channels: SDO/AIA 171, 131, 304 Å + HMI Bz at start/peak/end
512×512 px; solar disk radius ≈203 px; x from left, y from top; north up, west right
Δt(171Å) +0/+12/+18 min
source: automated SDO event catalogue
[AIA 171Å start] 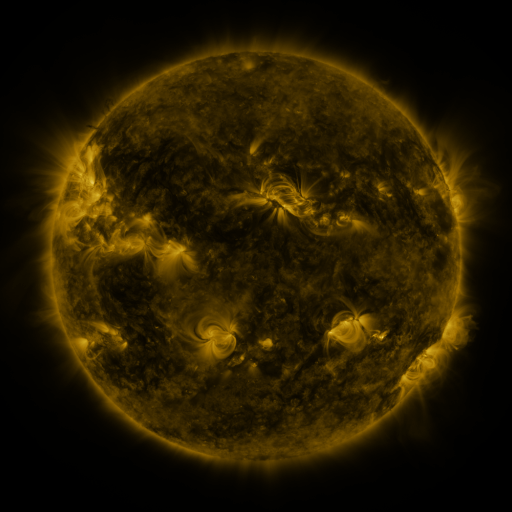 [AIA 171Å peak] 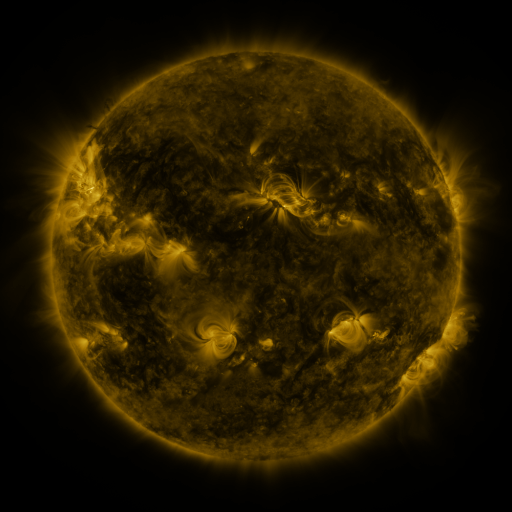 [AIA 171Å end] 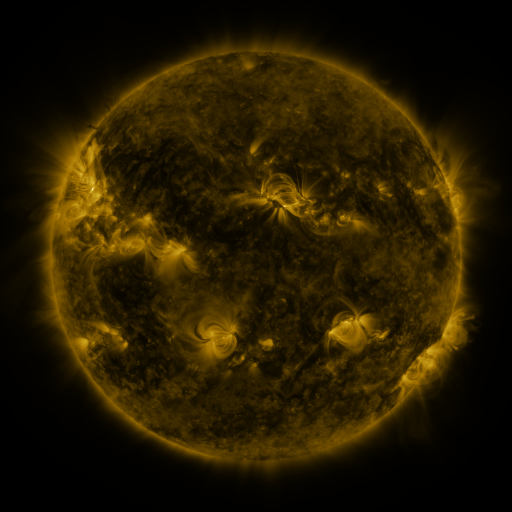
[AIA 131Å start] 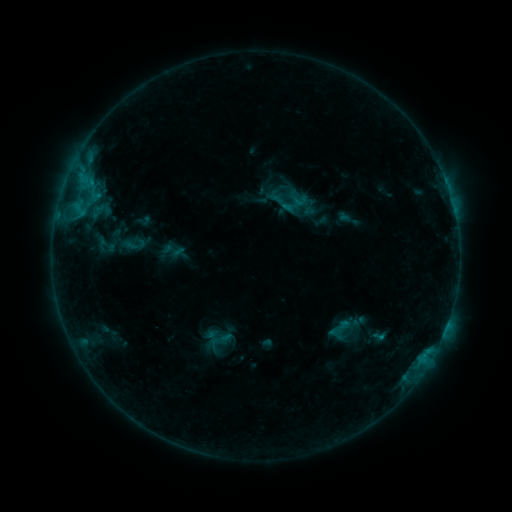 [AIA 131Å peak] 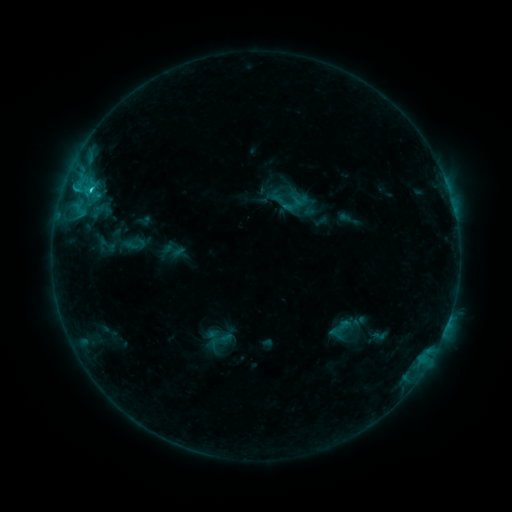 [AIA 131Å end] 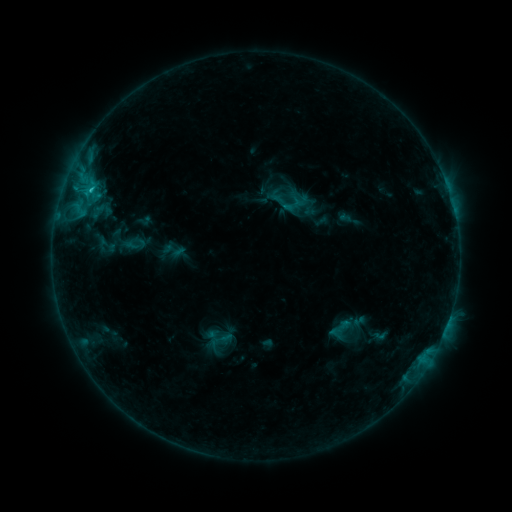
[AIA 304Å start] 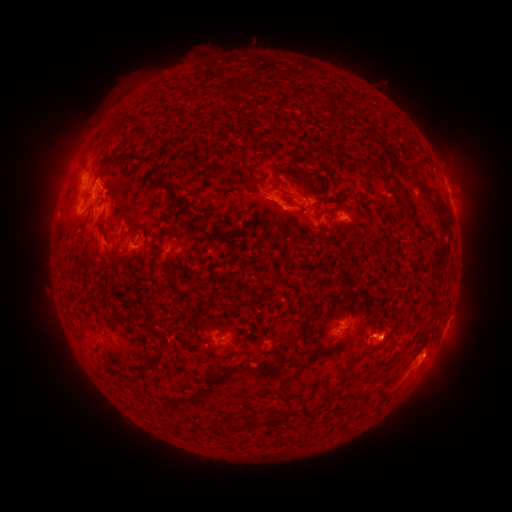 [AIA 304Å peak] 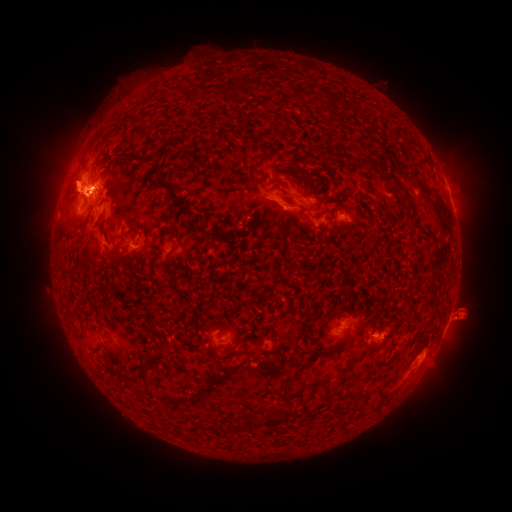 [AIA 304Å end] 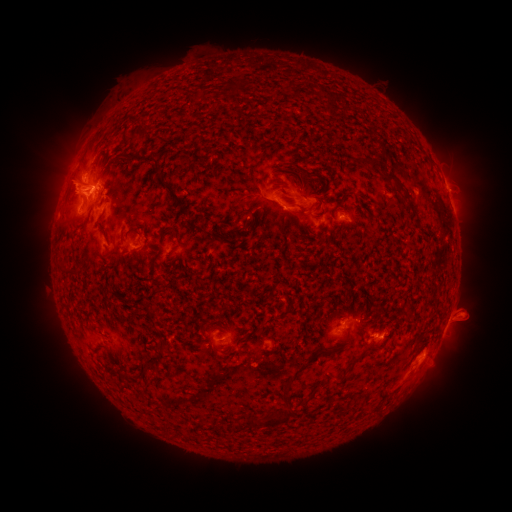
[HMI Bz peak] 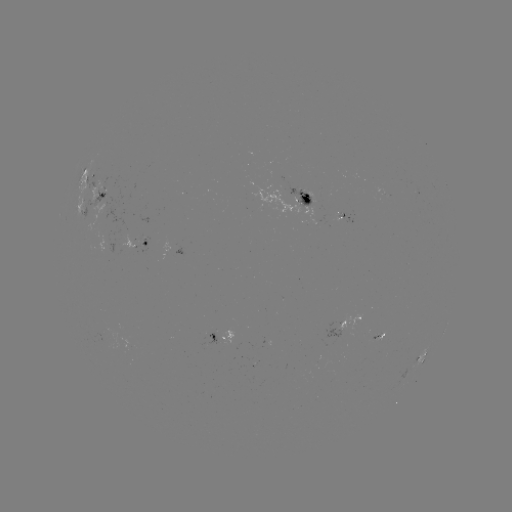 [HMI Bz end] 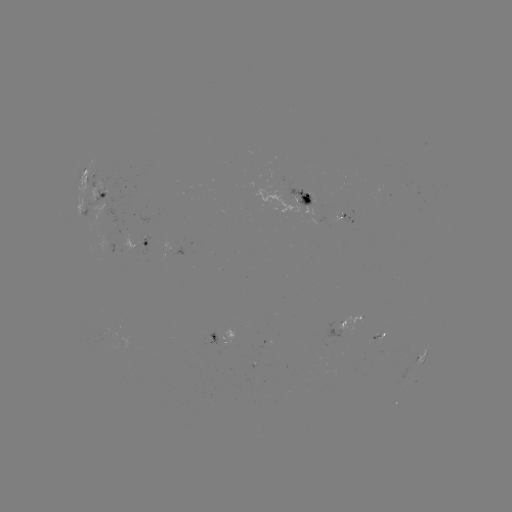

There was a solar eruption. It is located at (469, 313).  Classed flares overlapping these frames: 1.